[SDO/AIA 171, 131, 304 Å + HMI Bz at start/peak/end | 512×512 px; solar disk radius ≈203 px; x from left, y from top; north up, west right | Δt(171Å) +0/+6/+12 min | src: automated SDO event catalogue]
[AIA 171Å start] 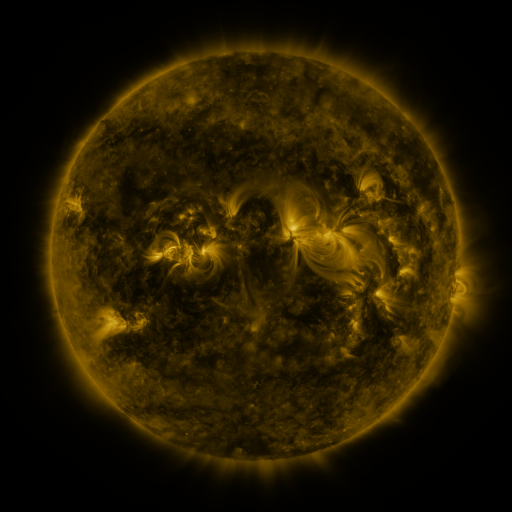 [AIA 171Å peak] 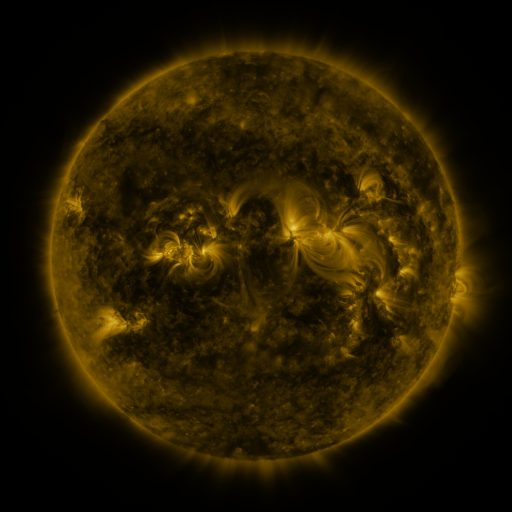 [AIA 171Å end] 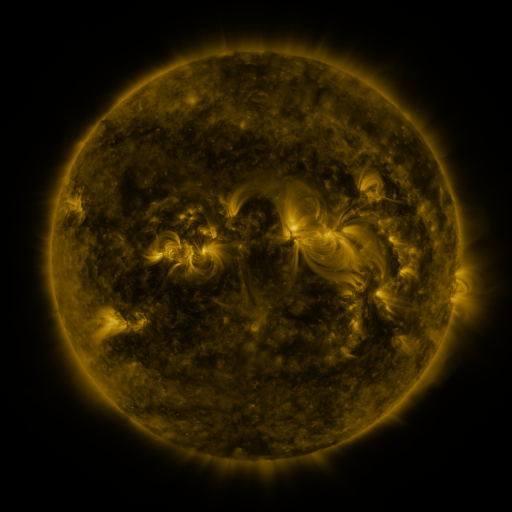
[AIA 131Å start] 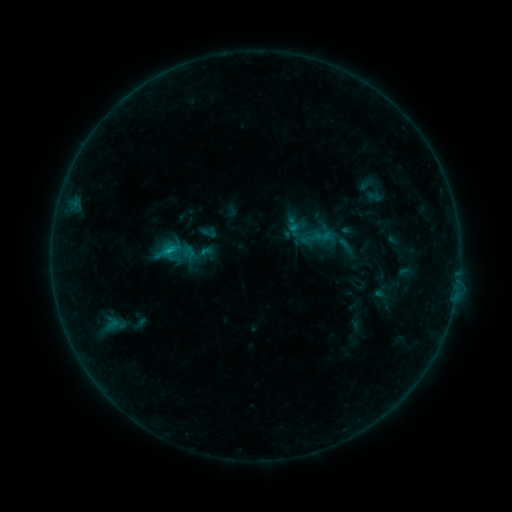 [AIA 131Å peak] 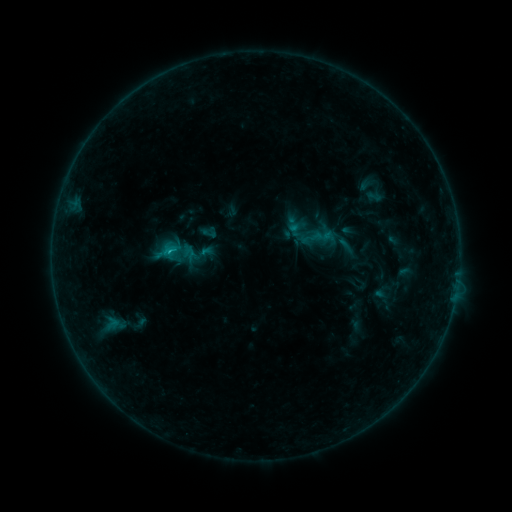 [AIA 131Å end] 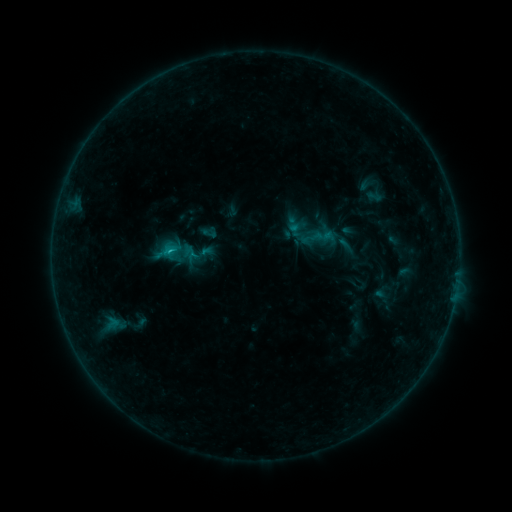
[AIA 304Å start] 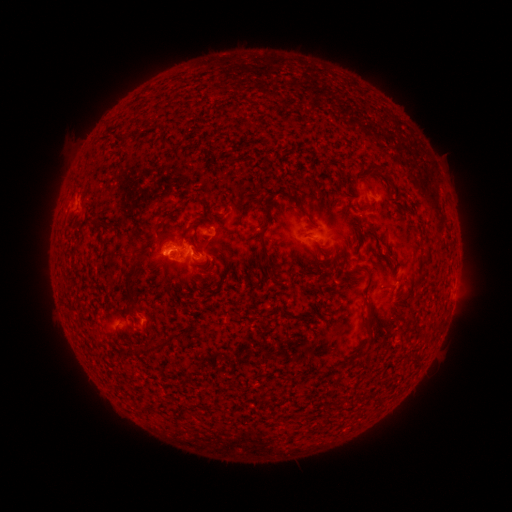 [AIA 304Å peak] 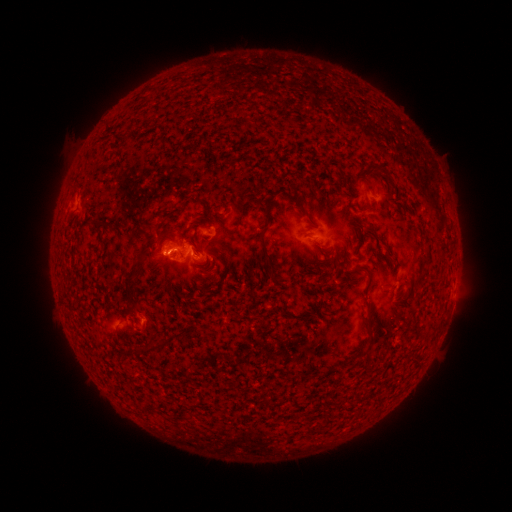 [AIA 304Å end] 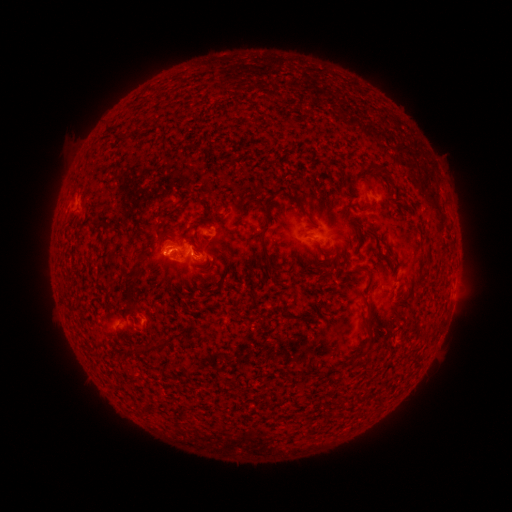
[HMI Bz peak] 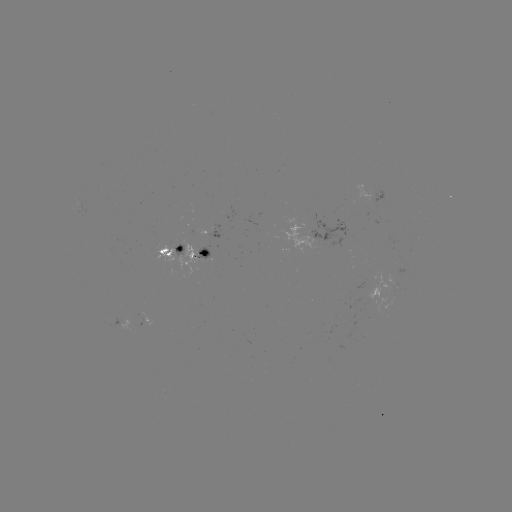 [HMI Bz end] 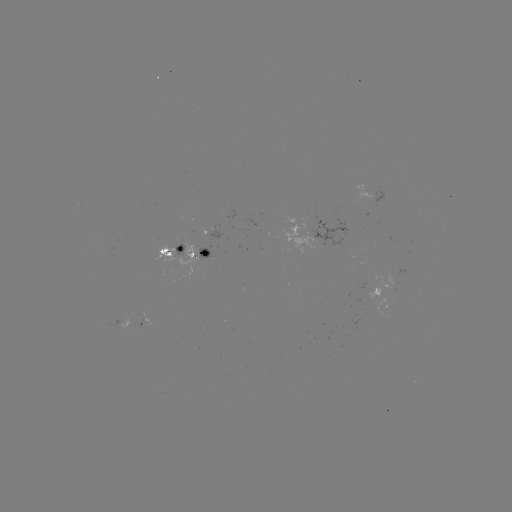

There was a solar flare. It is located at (170, 252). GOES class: B7.7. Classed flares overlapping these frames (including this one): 1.